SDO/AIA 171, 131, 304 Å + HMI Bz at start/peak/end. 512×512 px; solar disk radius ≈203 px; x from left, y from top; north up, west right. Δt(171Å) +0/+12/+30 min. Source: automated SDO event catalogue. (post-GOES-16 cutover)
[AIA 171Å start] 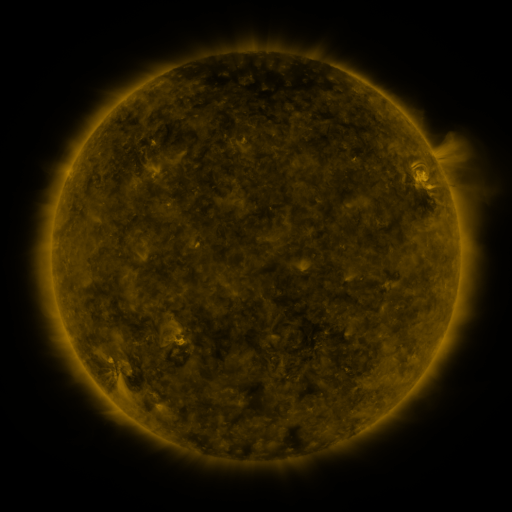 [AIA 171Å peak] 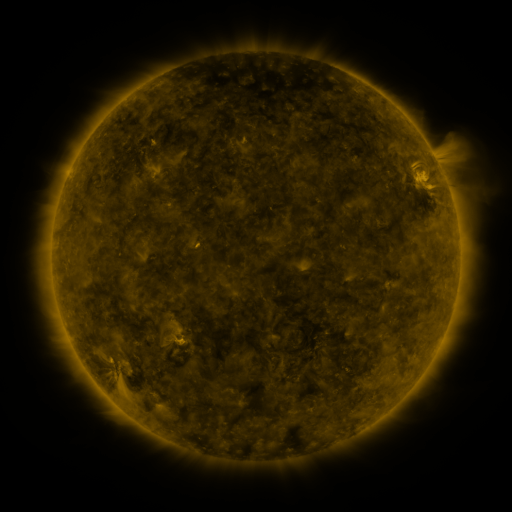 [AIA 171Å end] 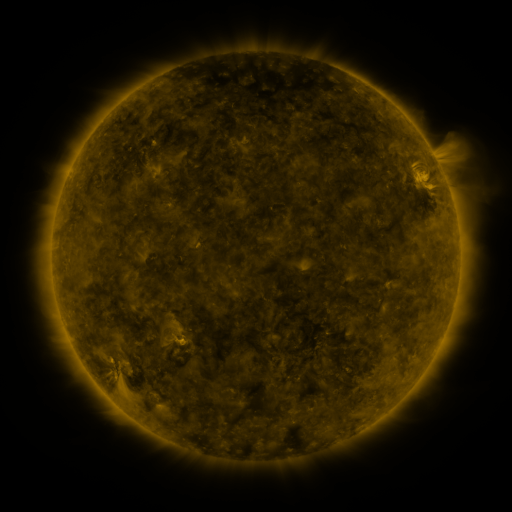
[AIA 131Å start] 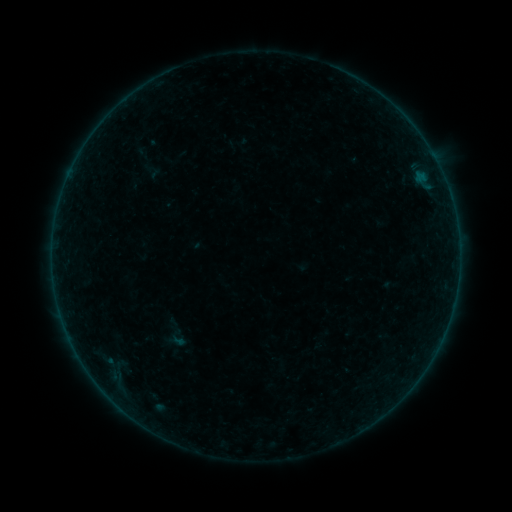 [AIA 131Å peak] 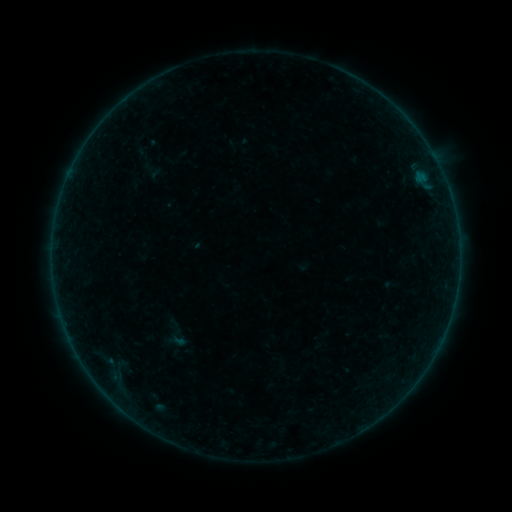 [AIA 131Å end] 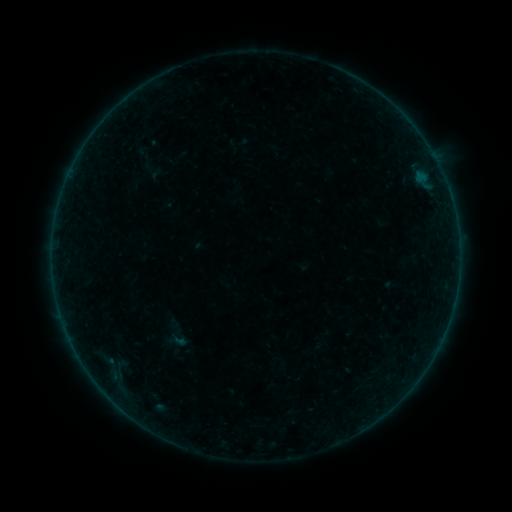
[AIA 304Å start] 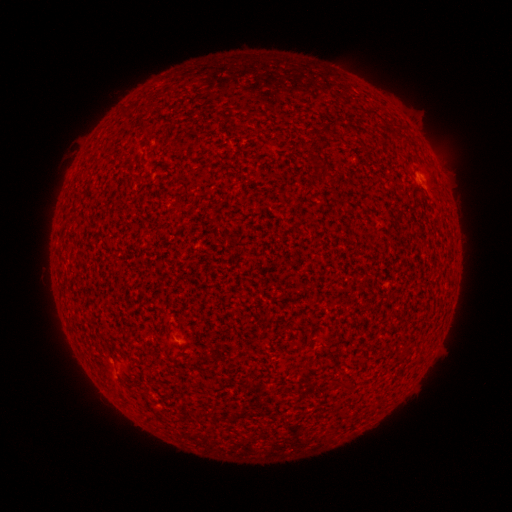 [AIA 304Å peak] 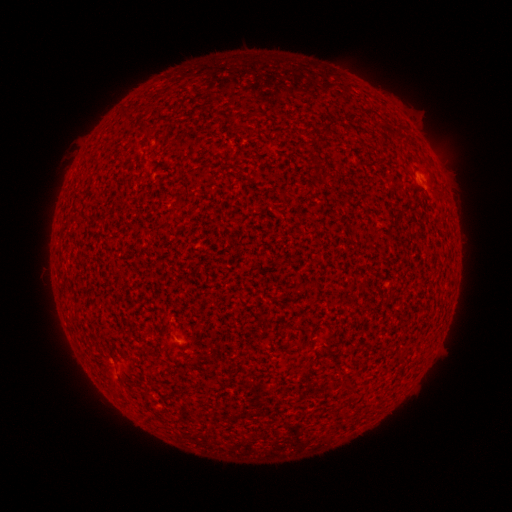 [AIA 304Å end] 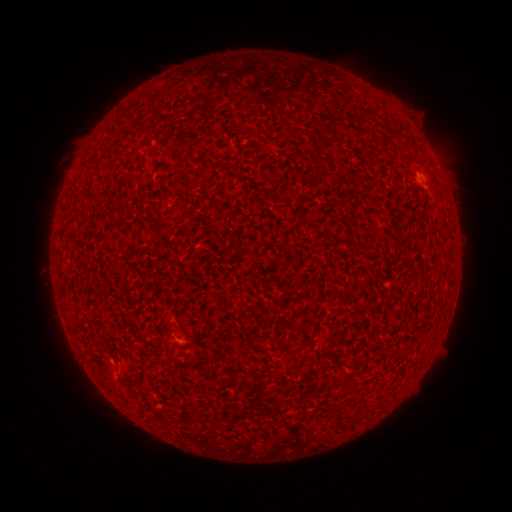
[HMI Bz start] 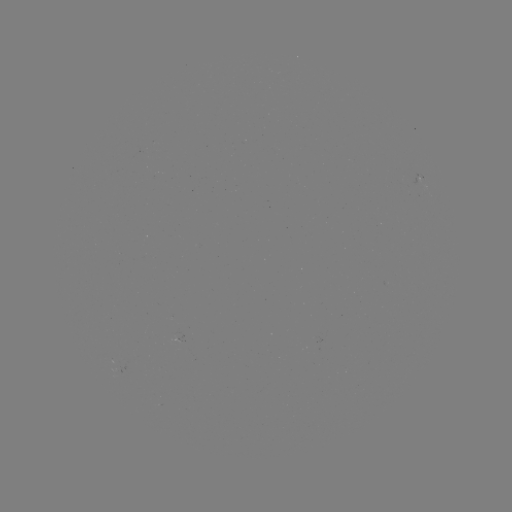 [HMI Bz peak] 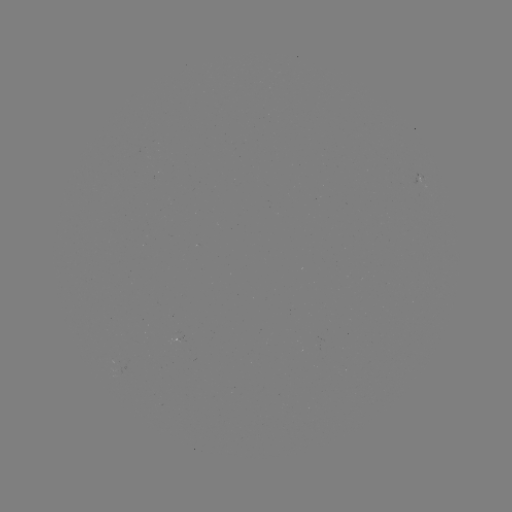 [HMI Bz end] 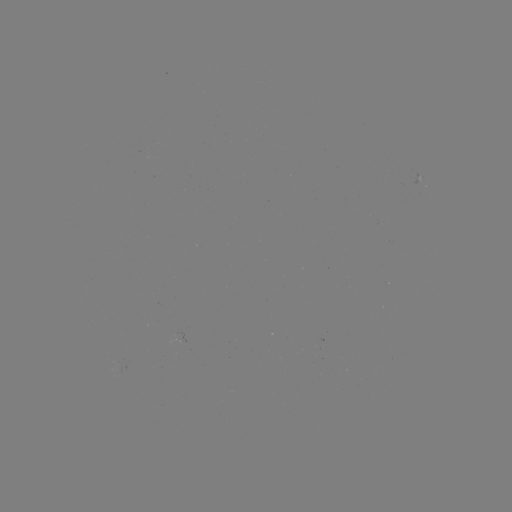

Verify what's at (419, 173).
A2.9 flare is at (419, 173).